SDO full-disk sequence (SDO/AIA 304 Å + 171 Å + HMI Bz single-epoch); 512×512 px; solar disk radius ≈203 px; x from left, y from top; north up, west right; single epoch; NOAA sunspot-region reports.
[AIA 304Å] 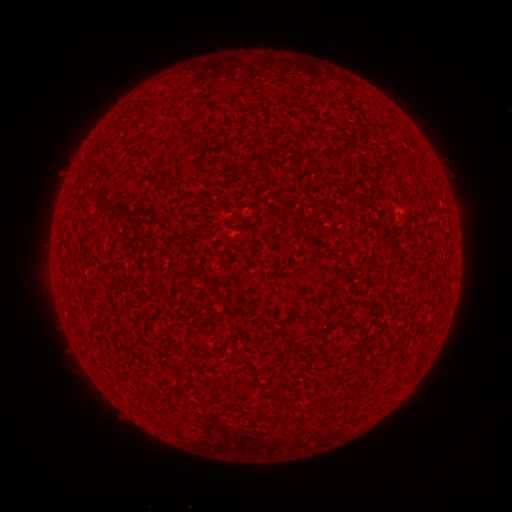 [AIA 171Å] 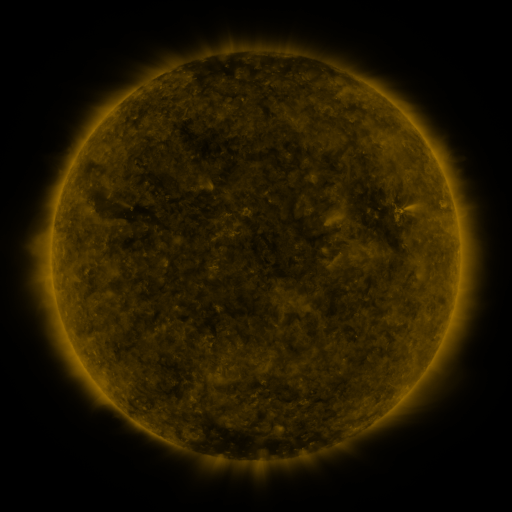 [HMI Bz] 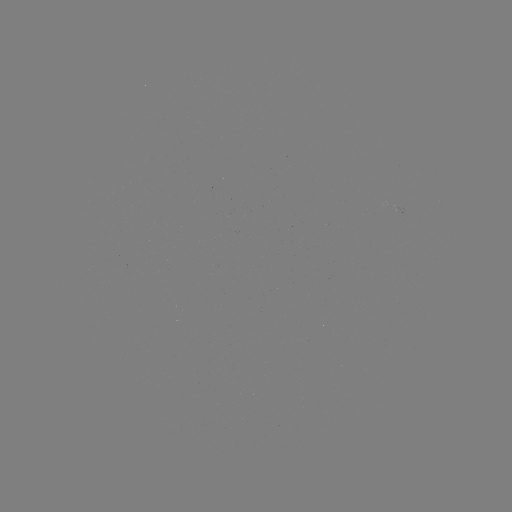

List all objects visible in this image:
(none)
